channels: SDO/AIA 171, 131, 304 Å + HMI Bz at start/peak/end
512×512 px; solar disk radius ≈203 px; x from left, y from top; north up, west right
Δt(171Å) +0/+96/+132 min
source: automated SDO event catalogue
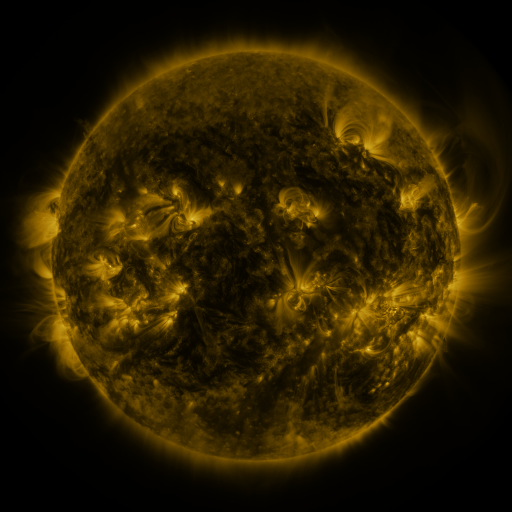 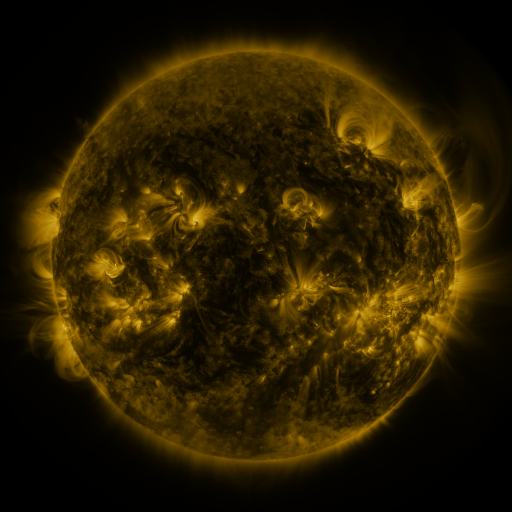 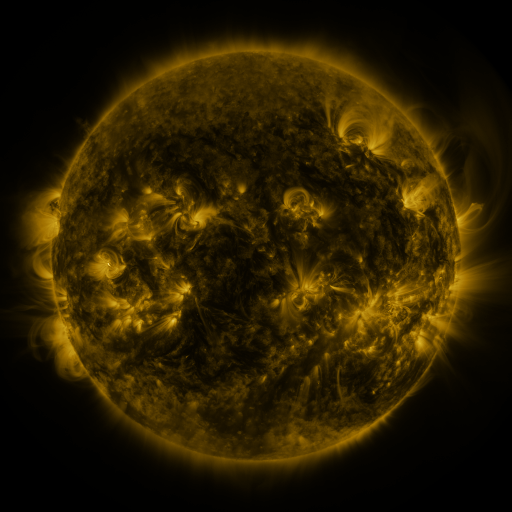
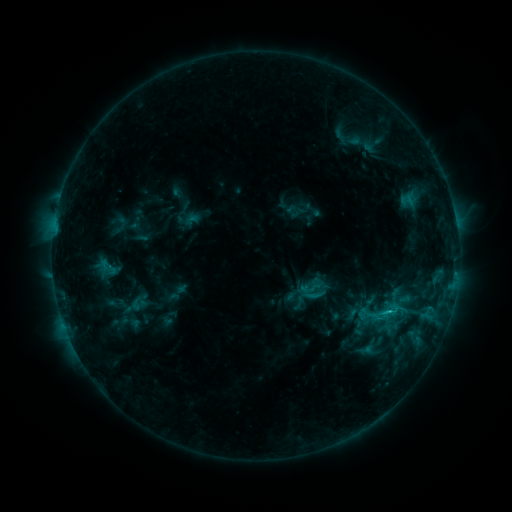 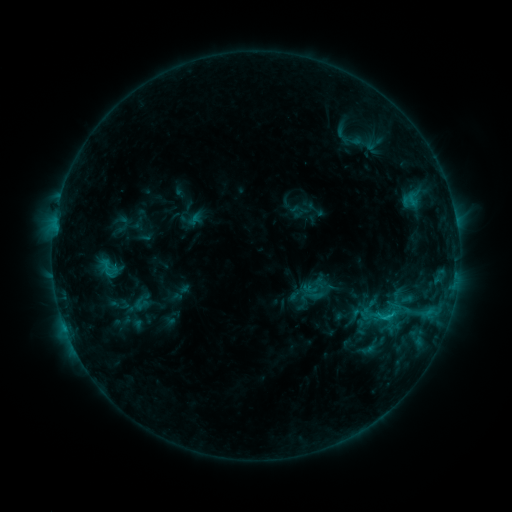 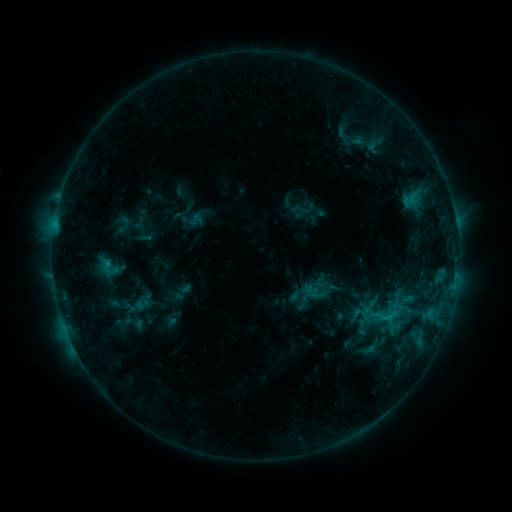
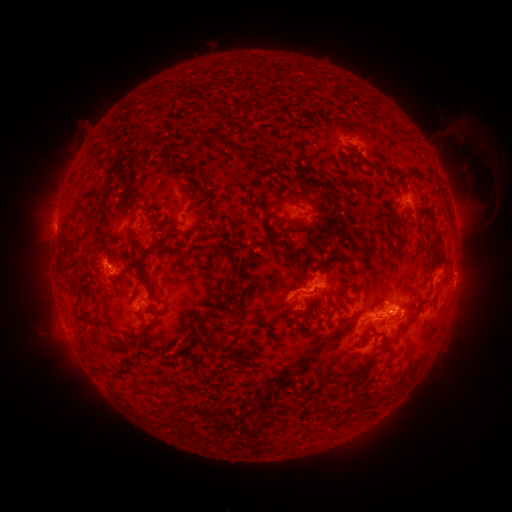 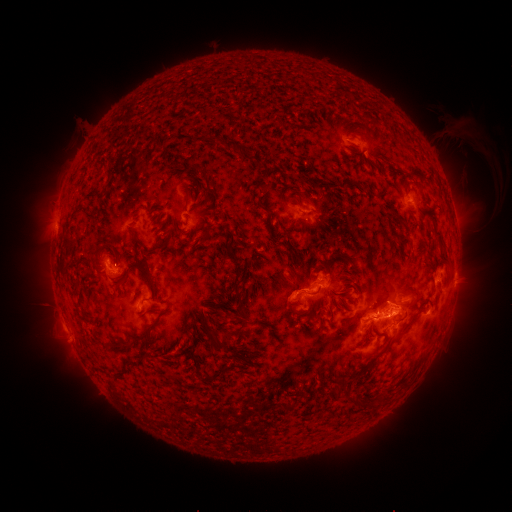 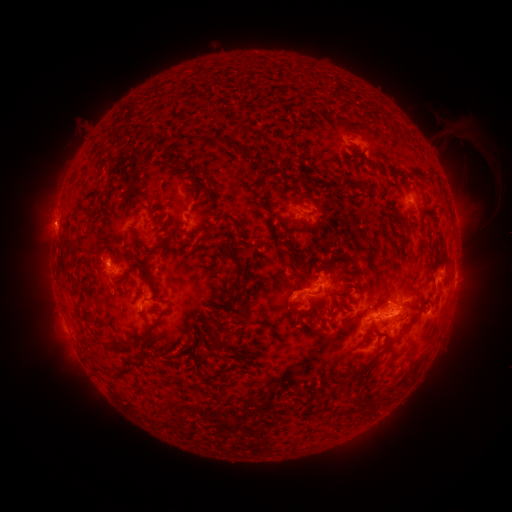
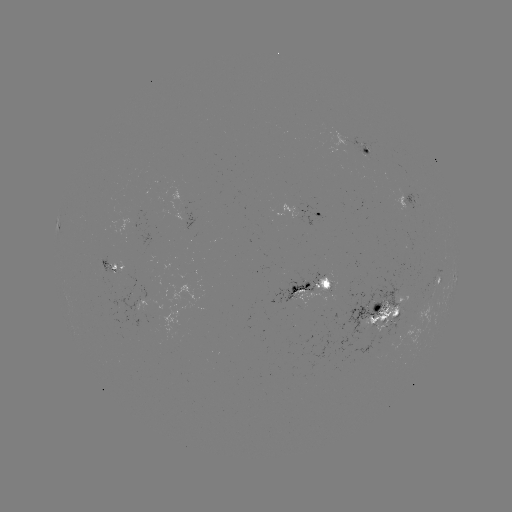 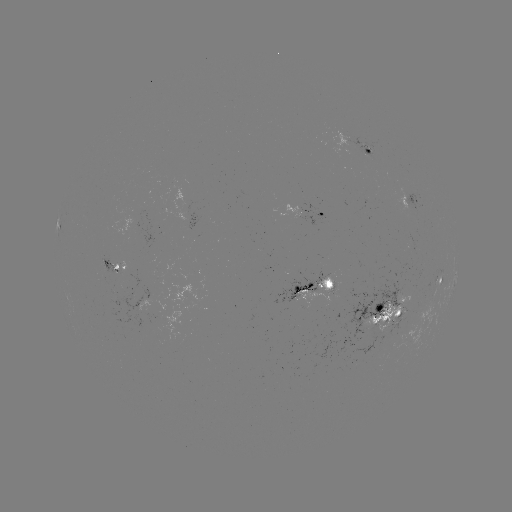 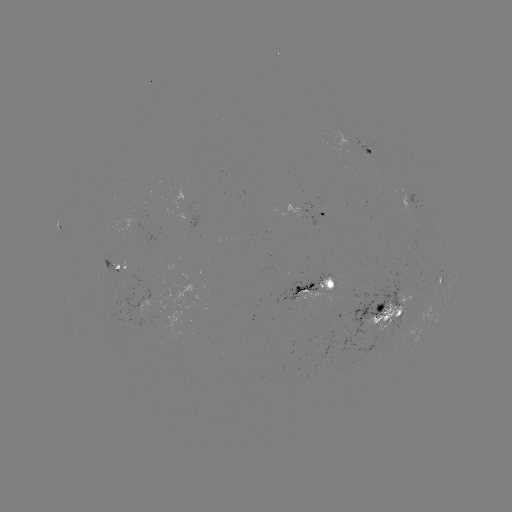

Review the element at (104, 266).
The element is emerging-flux region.